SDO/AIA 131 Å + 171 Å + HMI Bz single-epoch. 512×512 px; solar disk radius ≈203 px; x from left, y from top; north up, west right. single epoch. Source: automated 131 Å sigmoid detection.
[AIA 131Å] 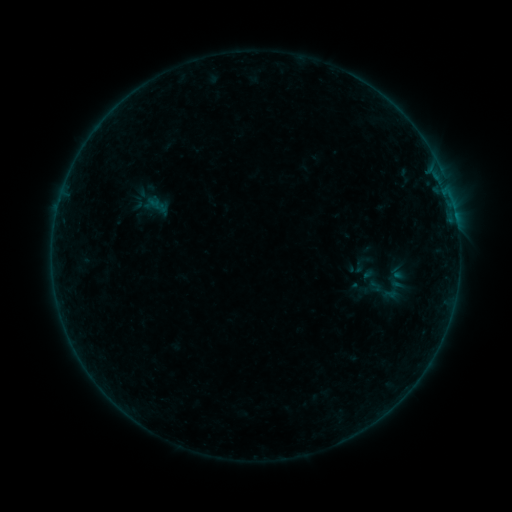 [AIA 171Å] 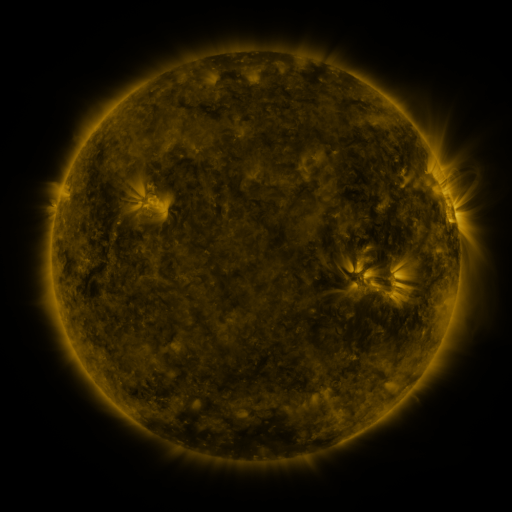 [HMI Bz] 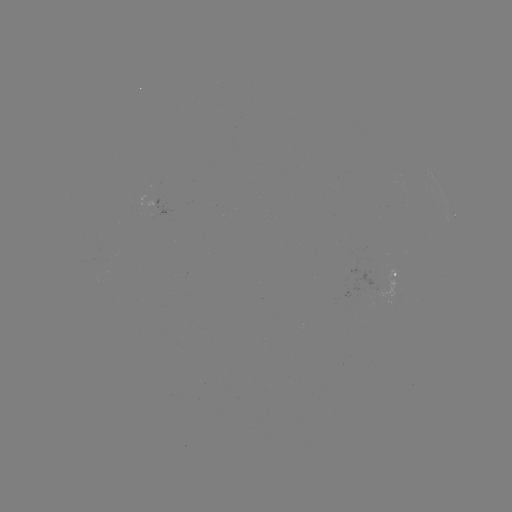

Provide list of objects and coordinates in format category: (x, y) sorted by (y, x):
sigmoid: (361, 264)
